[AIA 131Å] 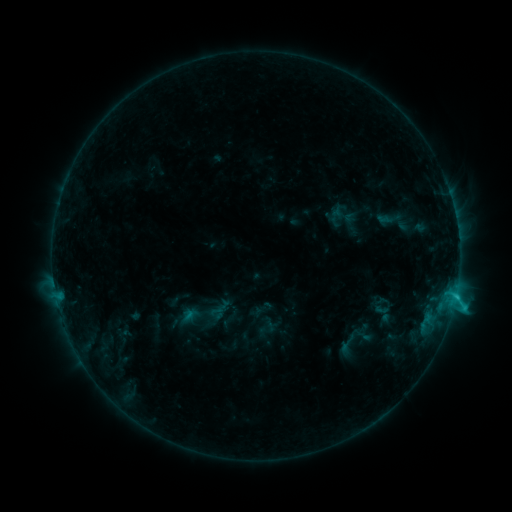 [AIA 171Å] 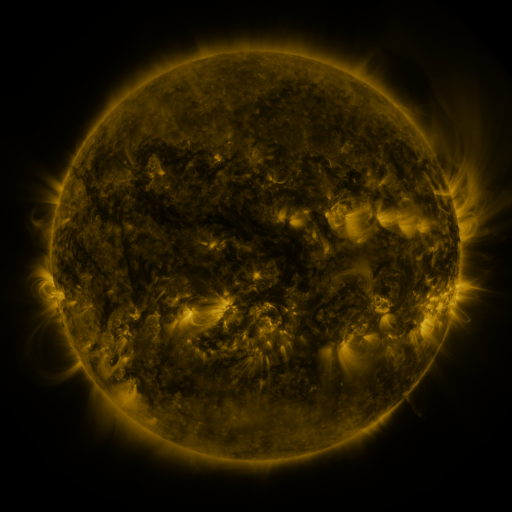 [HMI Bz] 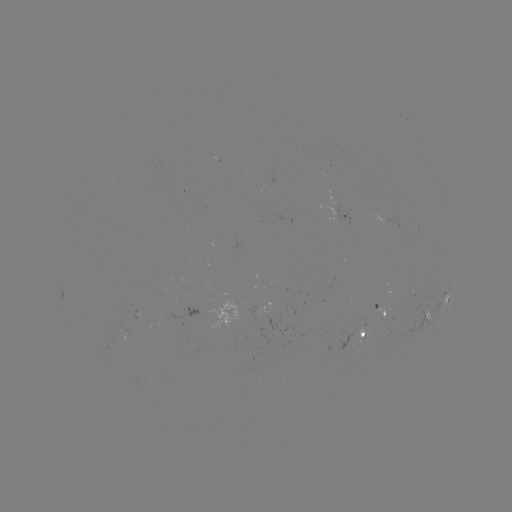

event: sigmoid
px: (347, 345)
